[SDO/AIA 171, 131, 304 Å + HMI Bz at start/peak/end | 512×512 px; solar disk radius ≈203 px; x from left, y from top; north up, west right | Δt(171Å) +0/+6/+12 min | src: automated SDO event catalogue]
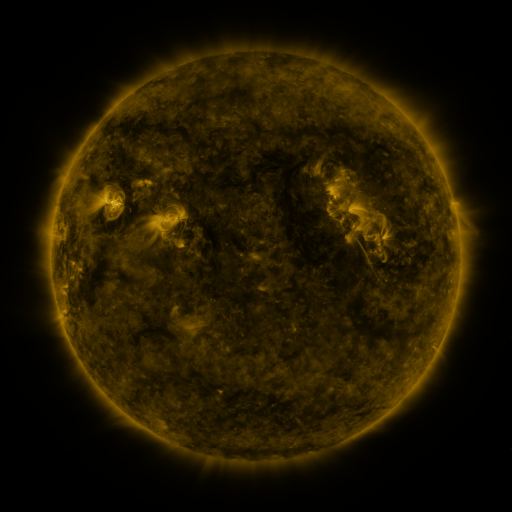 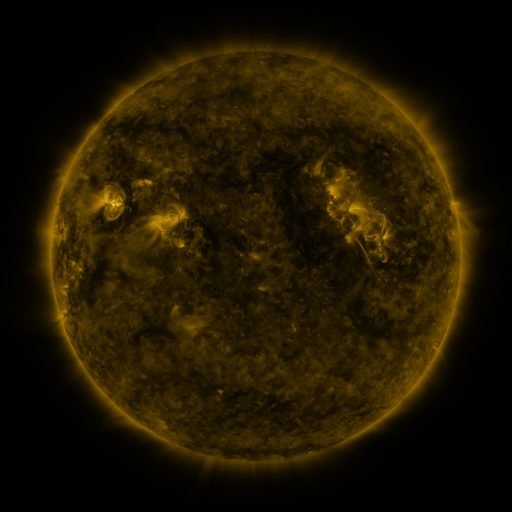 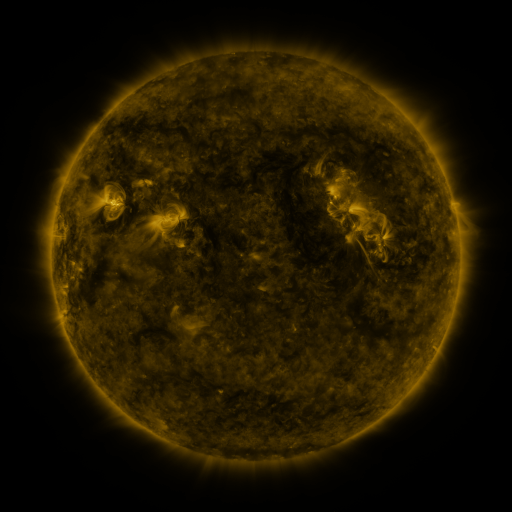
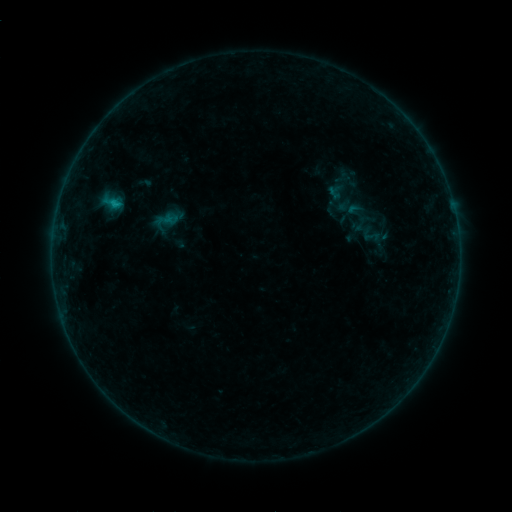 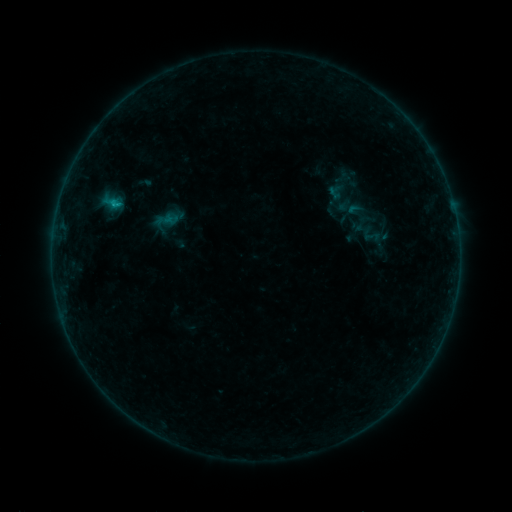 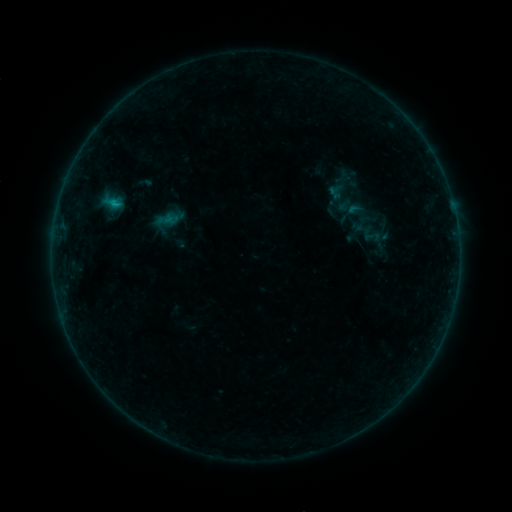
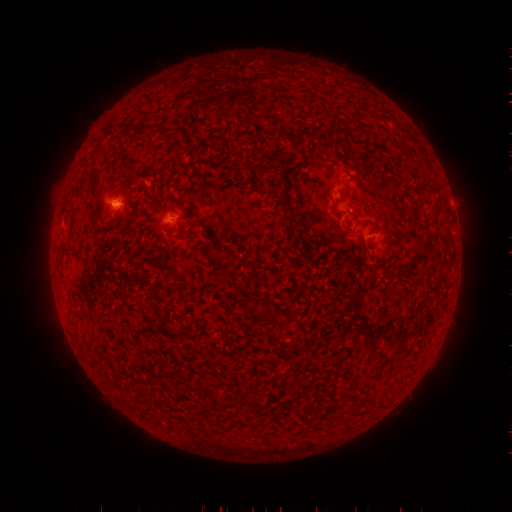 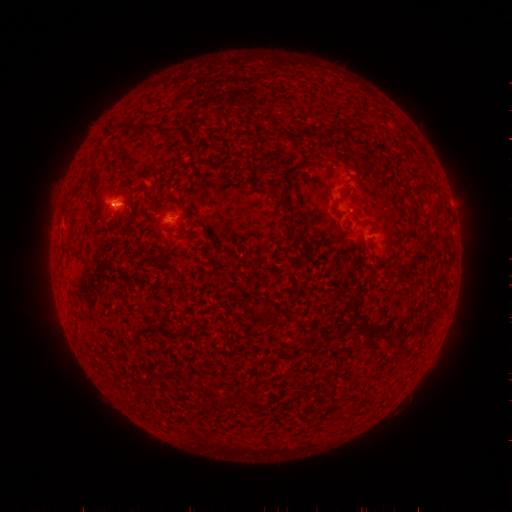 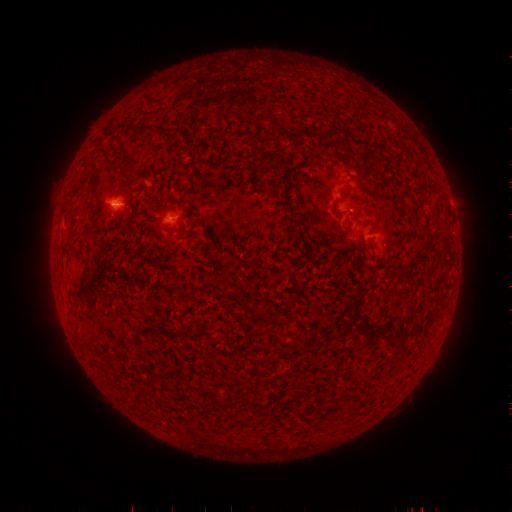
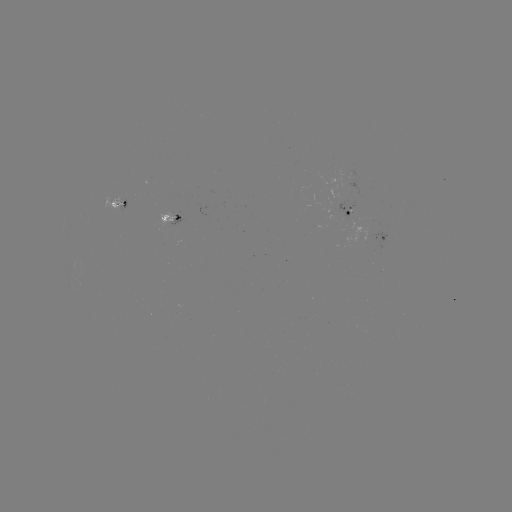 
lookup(B3.5 flare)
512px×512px [116, 207]